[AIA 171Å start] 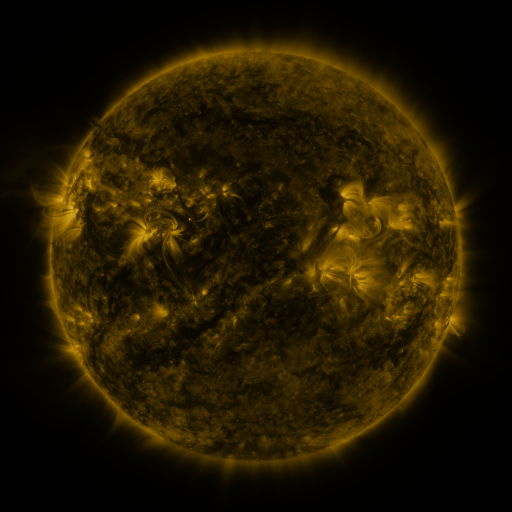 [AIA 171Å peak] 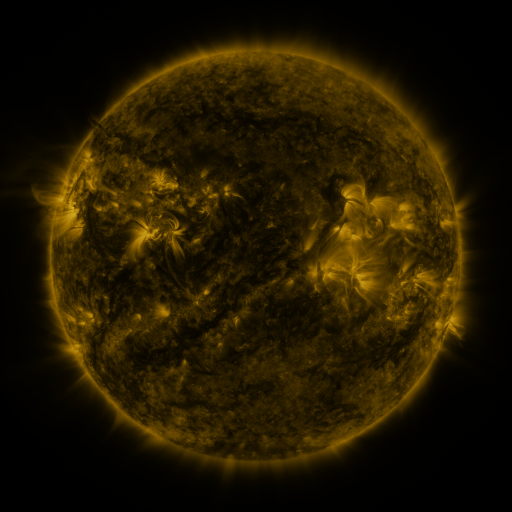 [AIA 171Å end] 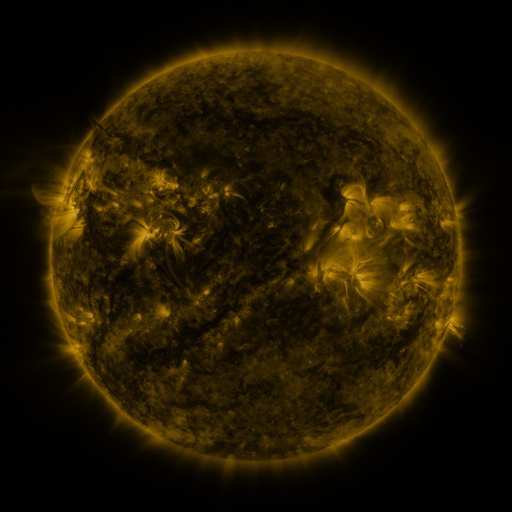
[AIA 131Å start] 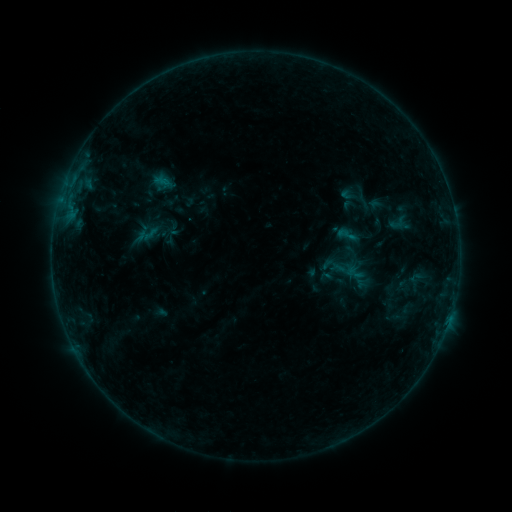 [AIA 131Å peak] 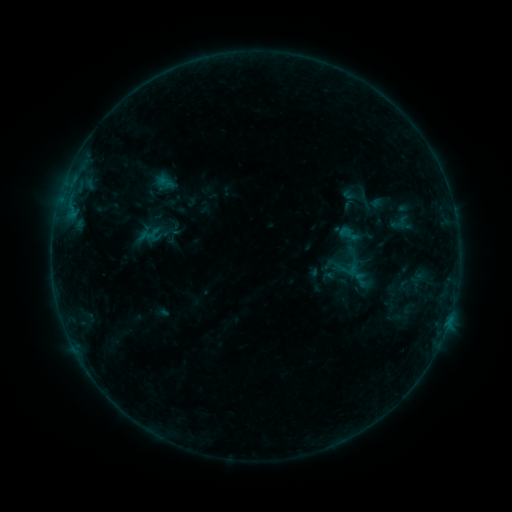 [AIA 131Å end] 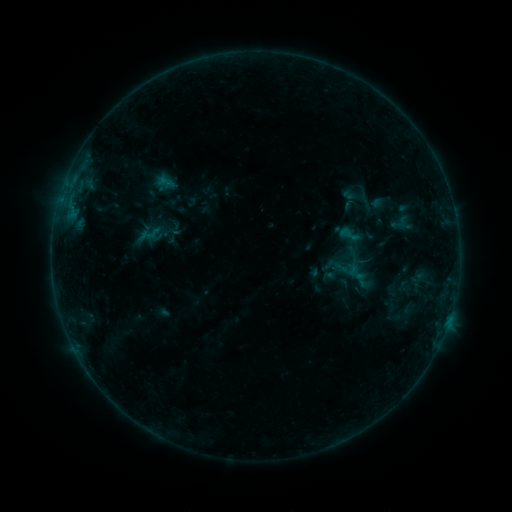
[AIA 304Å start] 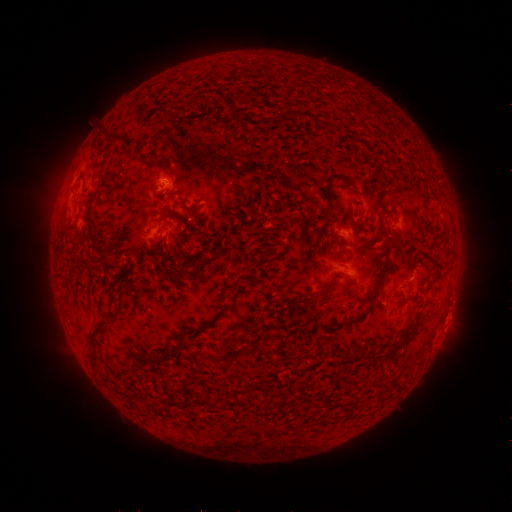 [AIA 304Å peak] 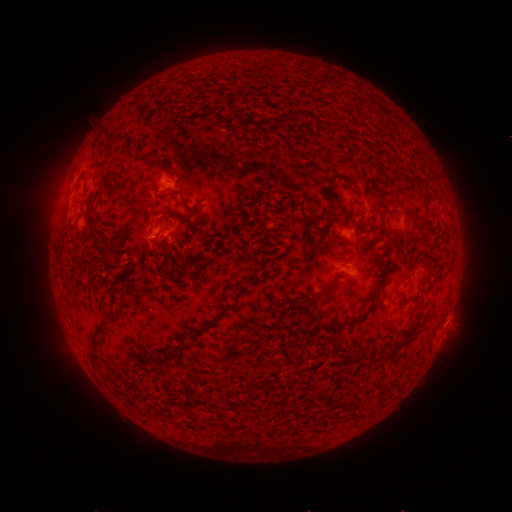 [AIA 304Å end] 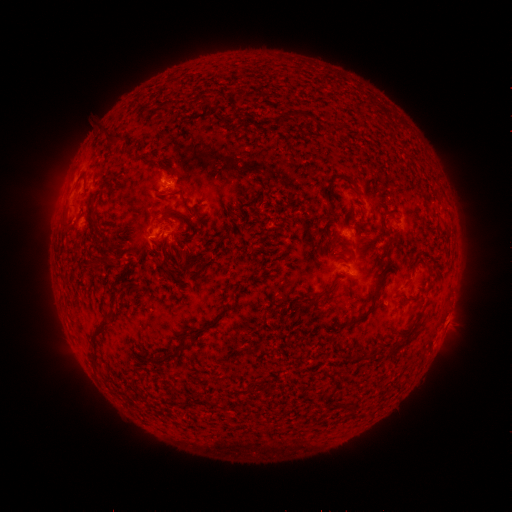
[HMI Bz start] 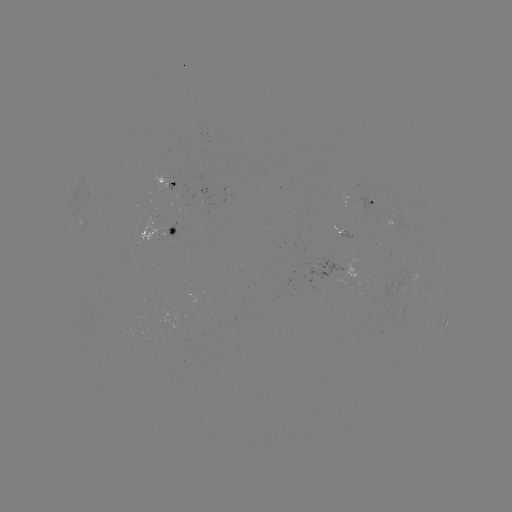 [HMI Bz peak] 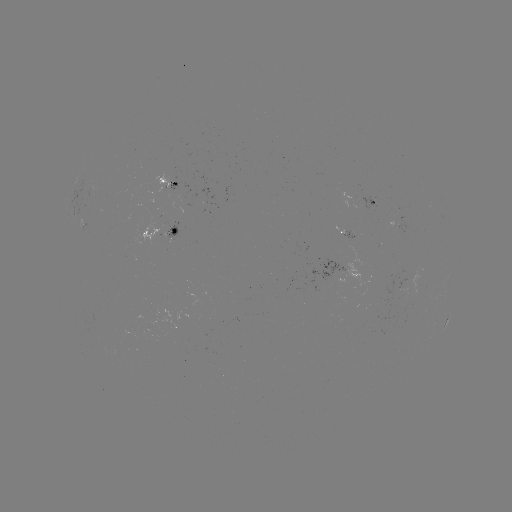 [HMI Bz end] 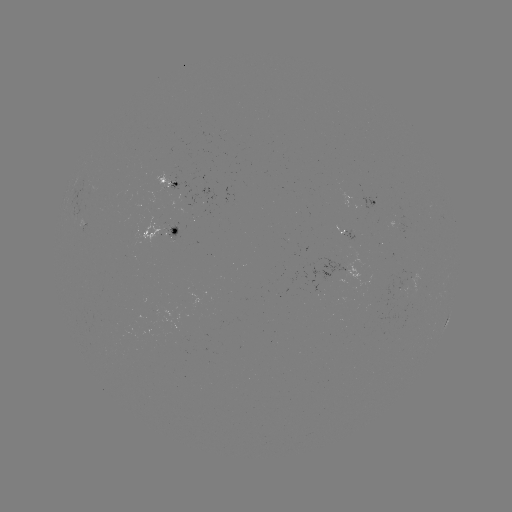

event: emerging-flux region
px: (409, 276)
